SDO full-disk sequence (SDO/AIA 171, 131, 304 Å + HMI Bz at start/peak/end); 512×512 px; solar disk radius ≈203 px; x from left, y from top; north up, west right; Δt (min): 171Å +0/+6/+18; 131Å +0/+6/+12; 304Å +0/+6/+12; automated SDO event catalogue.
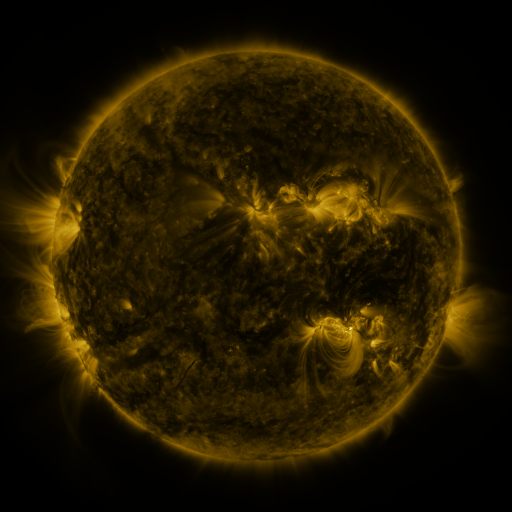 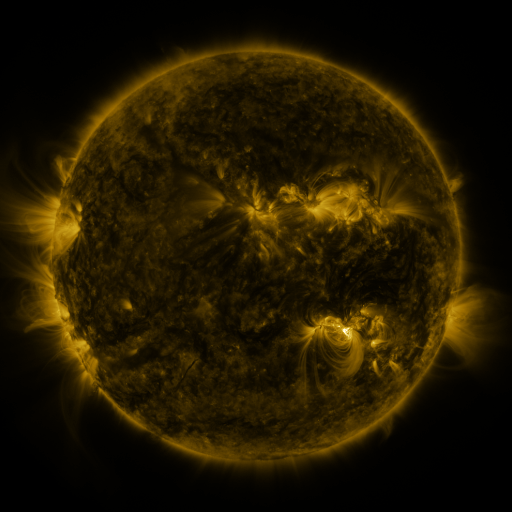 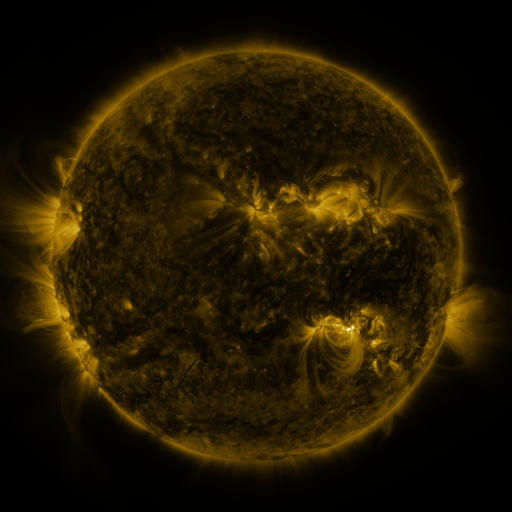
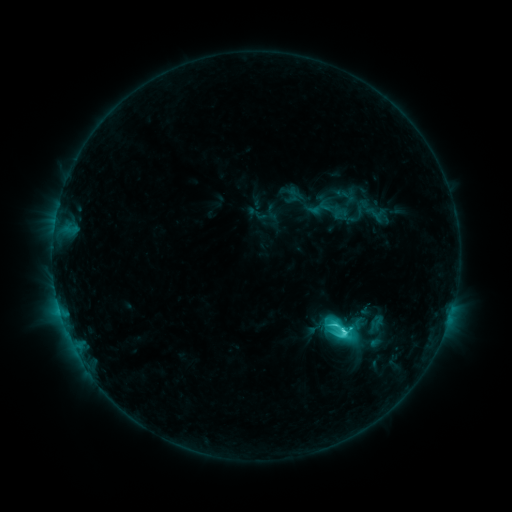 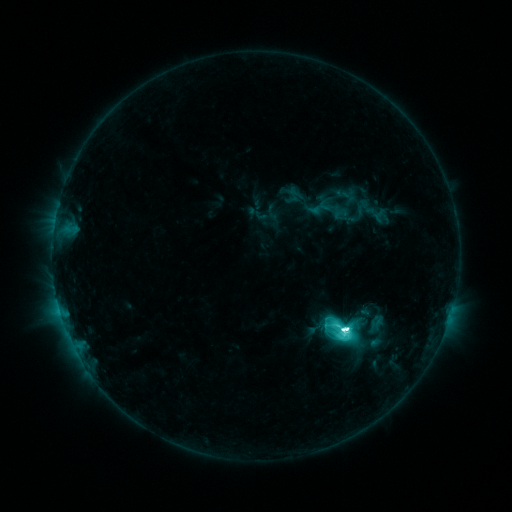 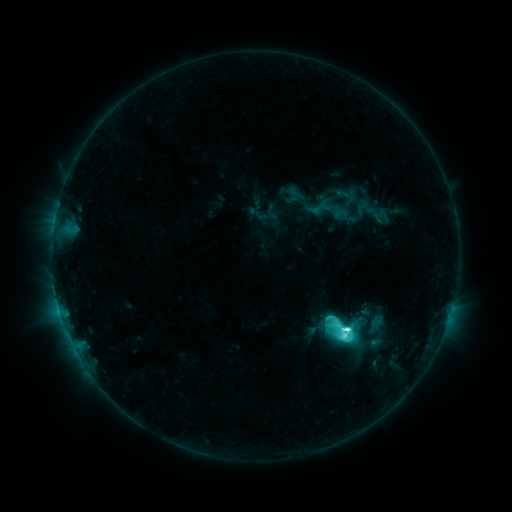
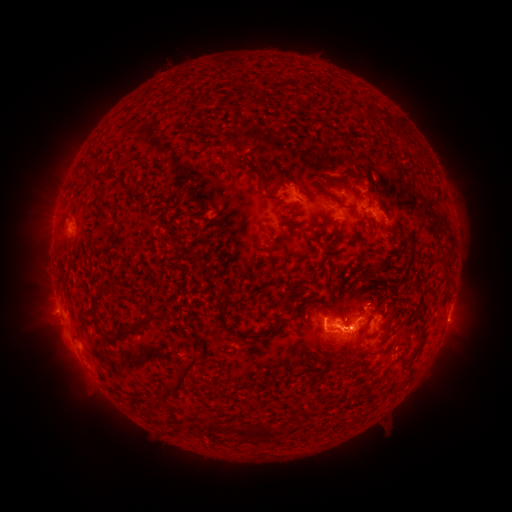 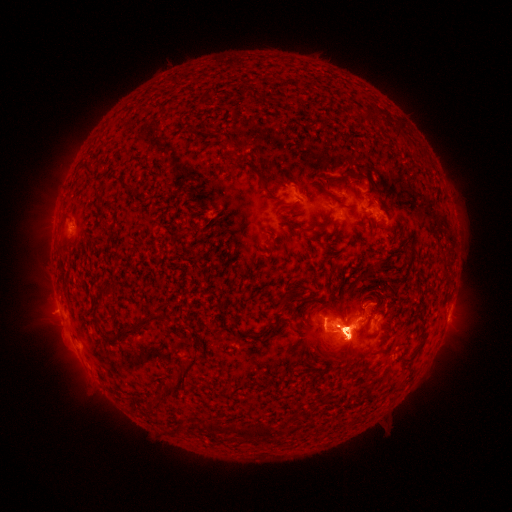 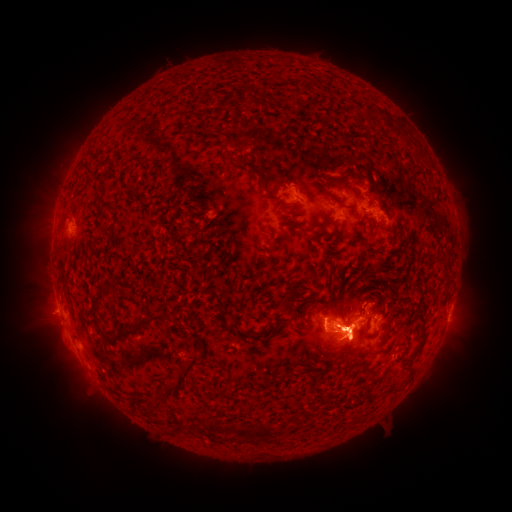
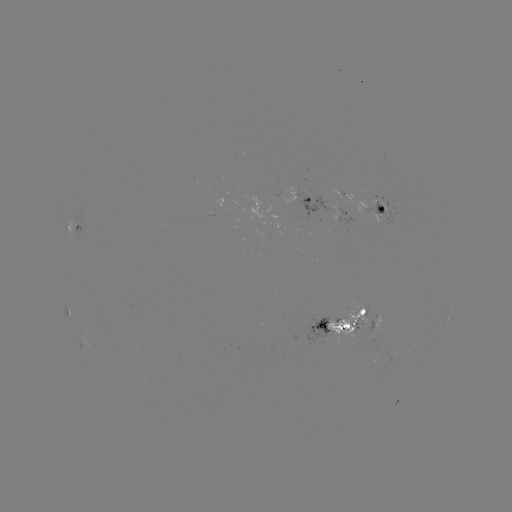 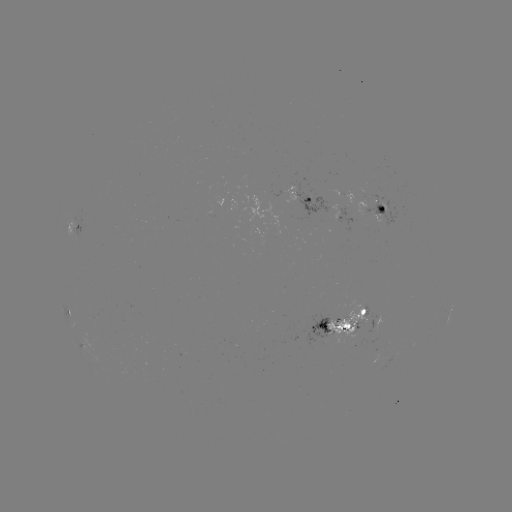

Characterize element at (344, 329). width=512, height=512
M2.2 flare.